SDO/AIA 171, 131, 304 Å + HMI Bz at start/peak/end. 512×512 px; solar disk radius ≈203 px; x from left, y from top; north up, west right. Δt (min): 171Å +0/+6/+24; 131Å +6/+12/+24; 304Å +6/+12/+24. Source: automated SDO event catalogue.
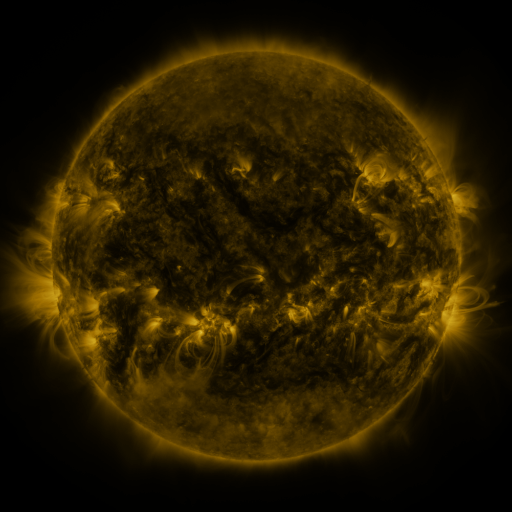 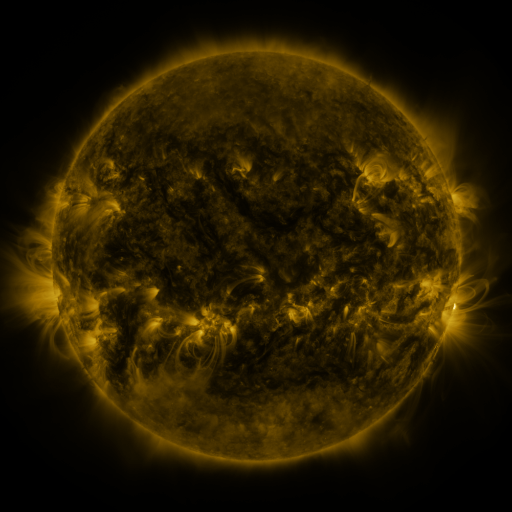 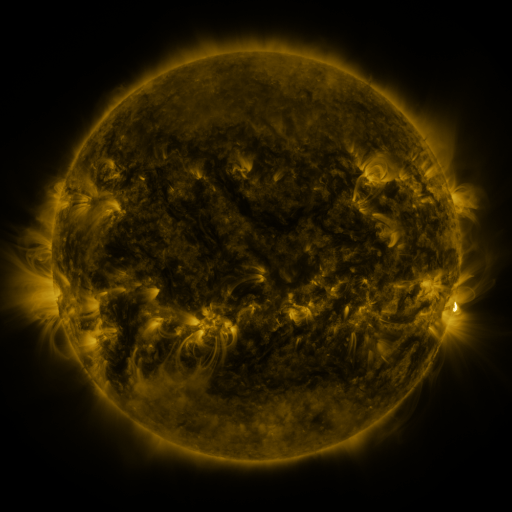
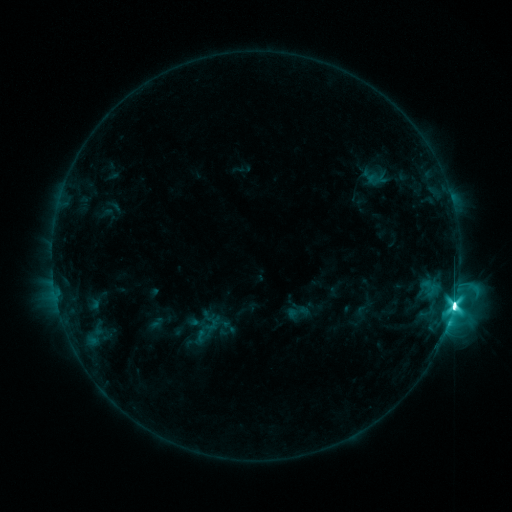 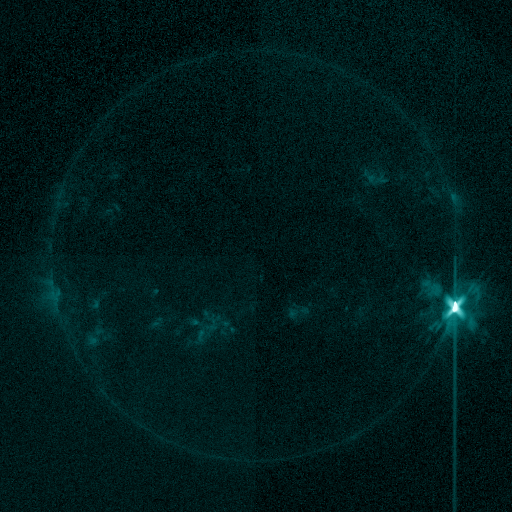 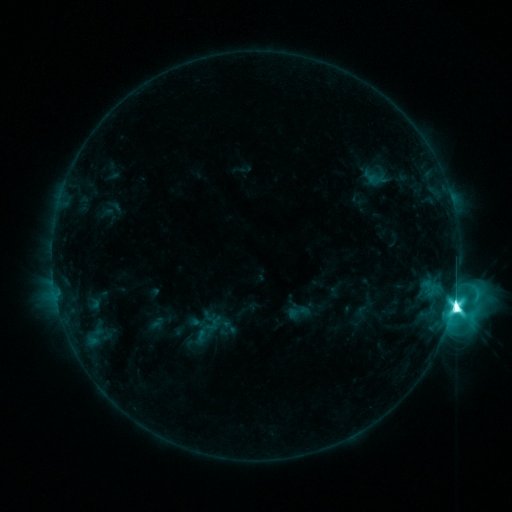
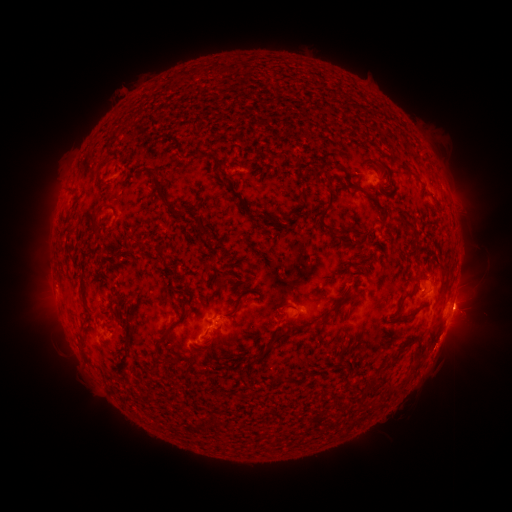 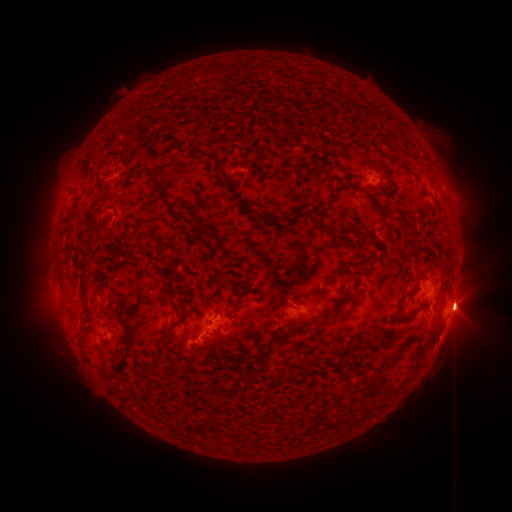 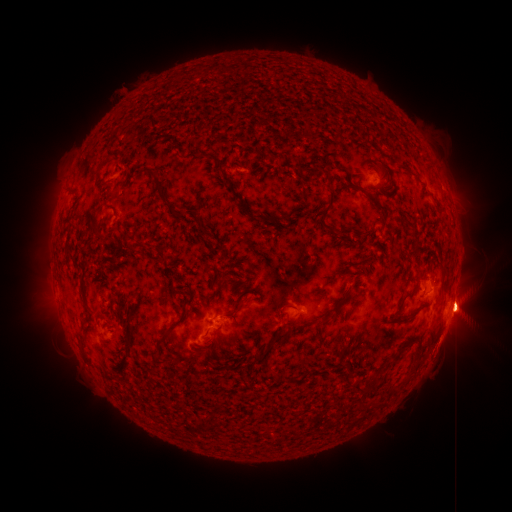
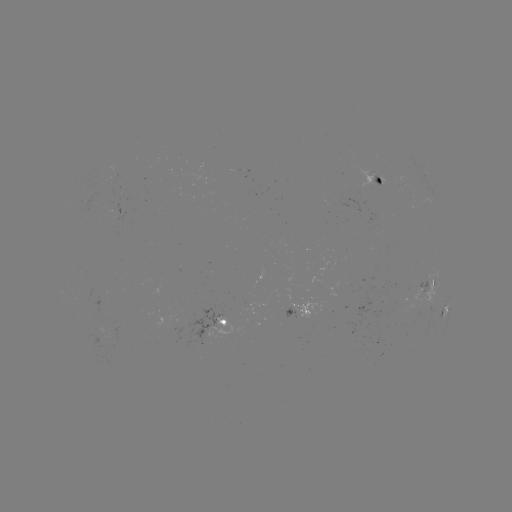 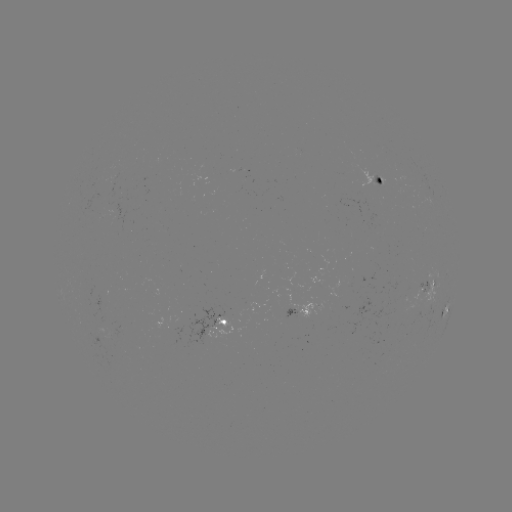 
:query eruption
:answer (465, 311)